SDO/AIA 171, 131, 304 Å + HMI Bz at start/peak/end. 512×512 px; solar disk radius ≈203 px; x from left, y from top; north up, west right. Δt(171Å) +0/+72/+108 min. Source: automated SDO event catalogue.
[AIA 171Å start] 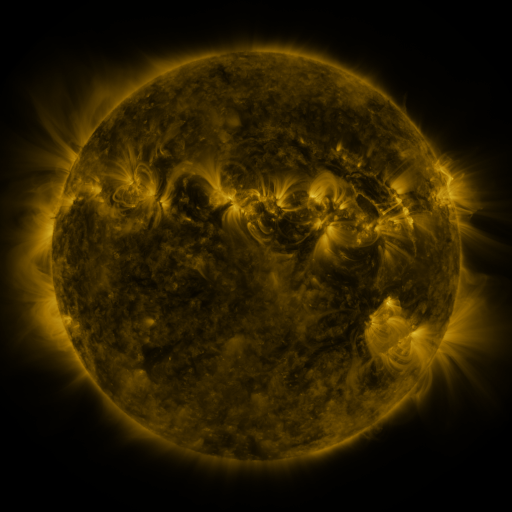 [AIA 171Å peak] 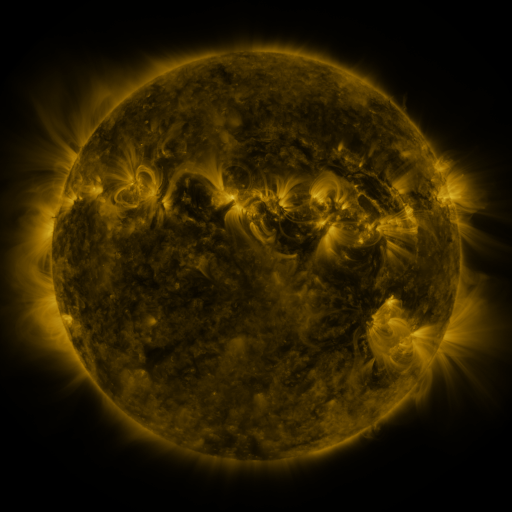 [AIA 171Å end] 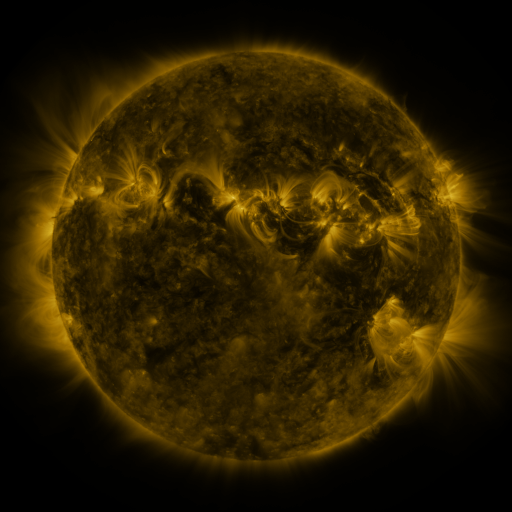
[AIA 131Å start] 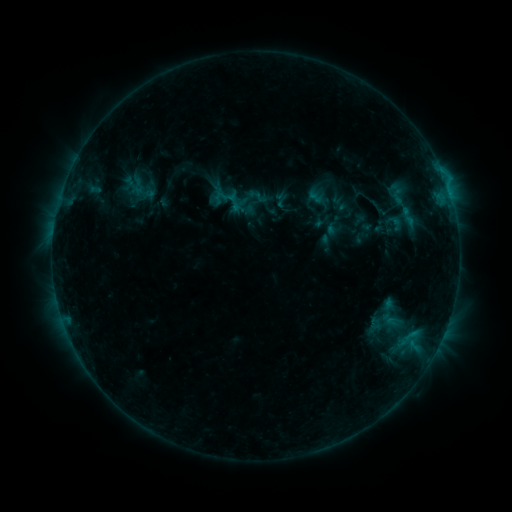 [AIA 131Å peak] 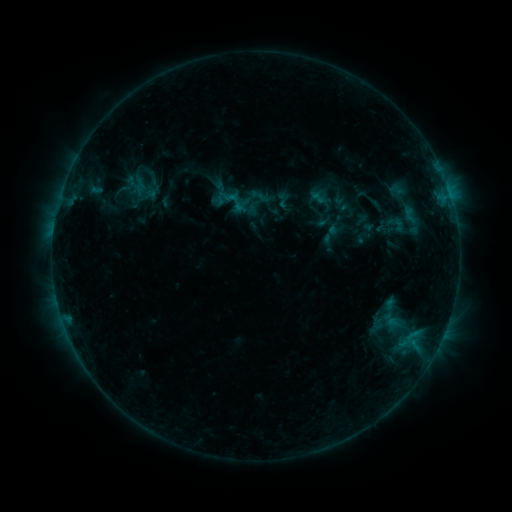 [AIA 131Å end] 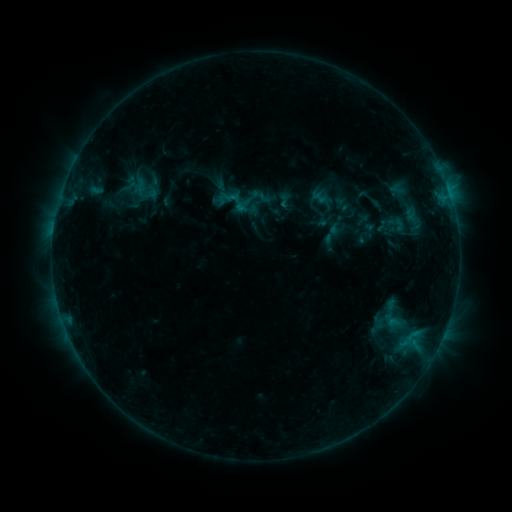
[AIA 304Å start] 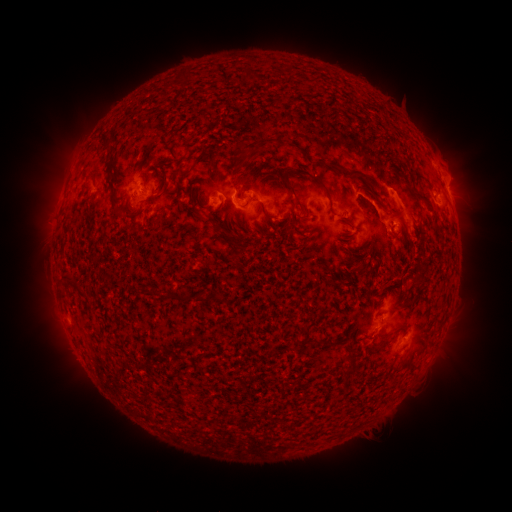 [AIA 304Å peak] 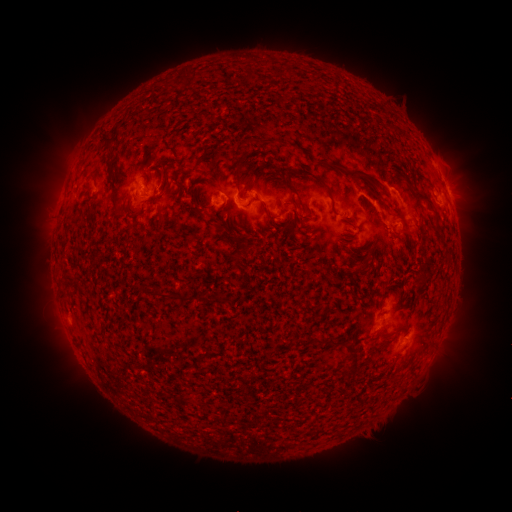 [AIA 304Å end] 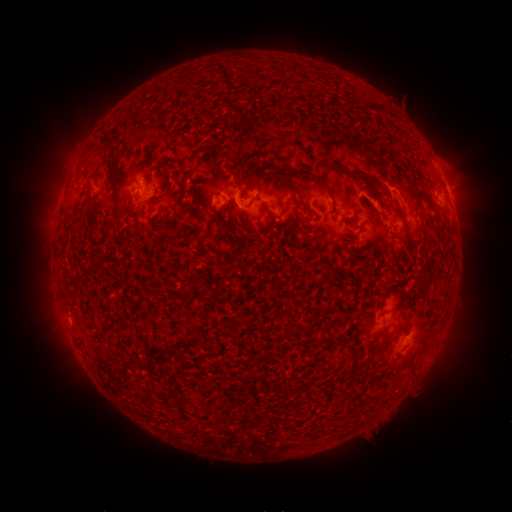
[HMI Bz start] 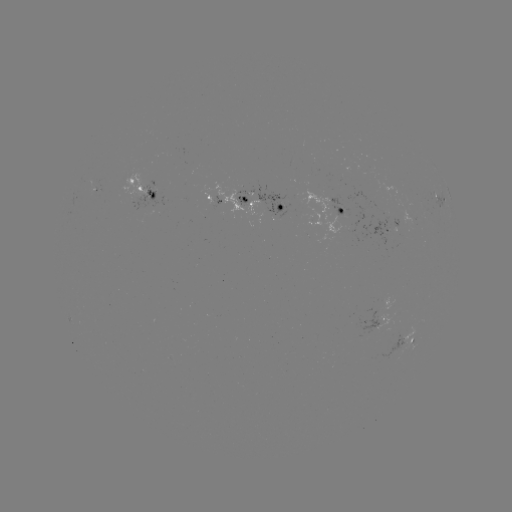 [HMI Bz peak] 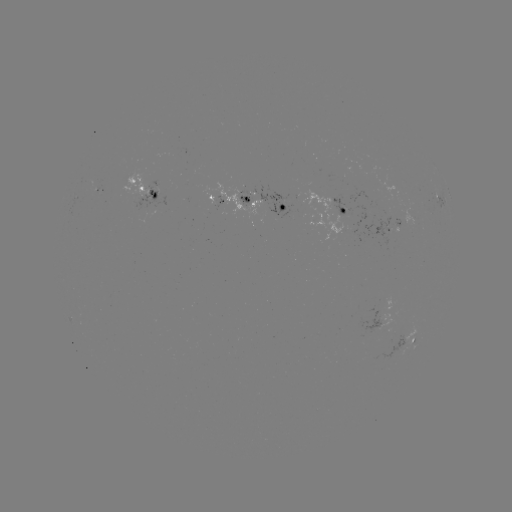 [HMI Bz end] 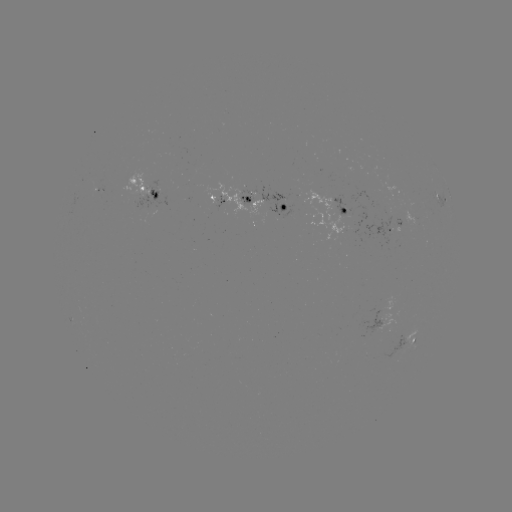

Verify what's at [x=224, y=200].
emerging-flux region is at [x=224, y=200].